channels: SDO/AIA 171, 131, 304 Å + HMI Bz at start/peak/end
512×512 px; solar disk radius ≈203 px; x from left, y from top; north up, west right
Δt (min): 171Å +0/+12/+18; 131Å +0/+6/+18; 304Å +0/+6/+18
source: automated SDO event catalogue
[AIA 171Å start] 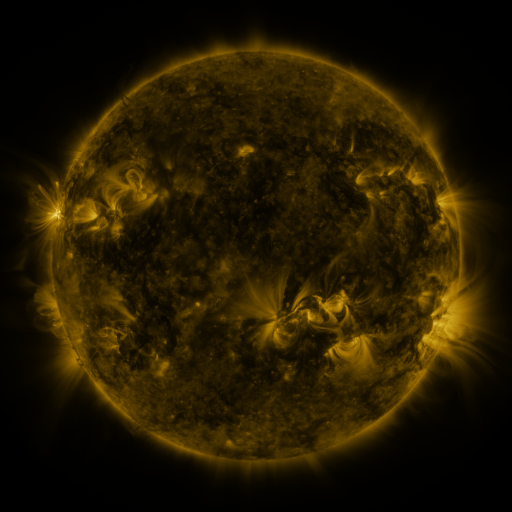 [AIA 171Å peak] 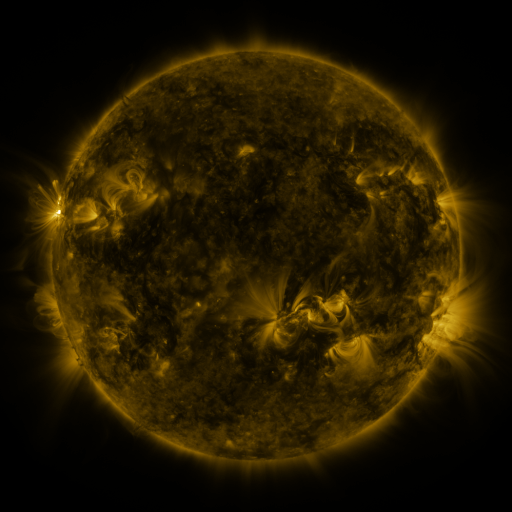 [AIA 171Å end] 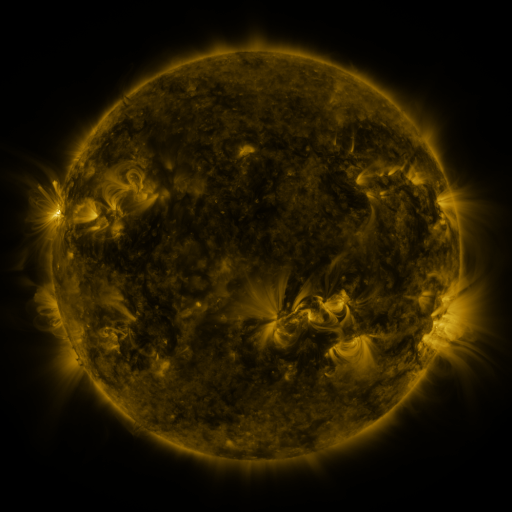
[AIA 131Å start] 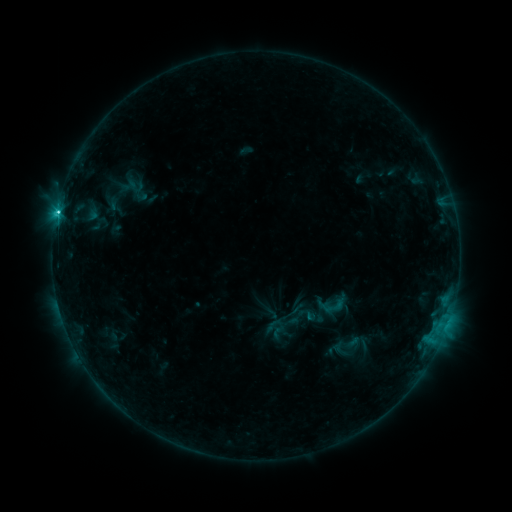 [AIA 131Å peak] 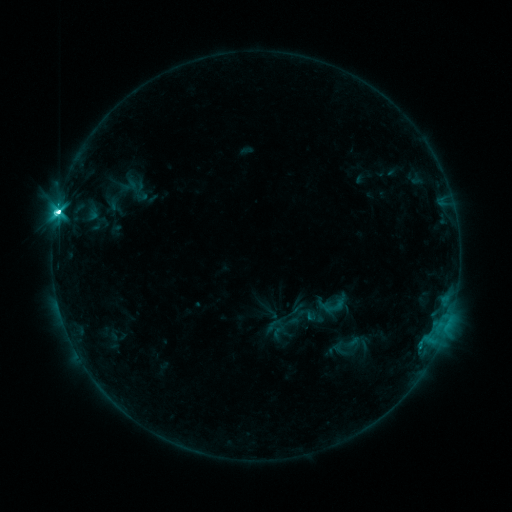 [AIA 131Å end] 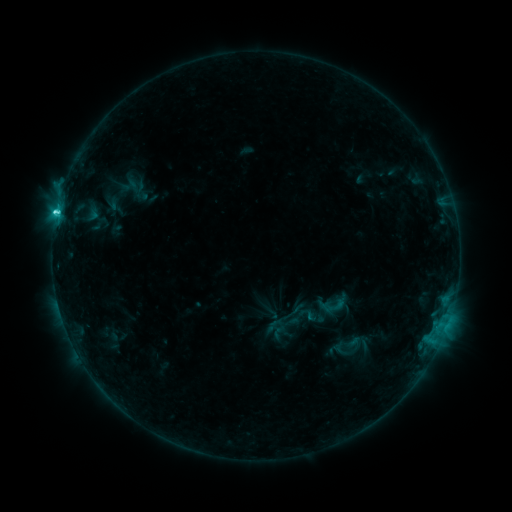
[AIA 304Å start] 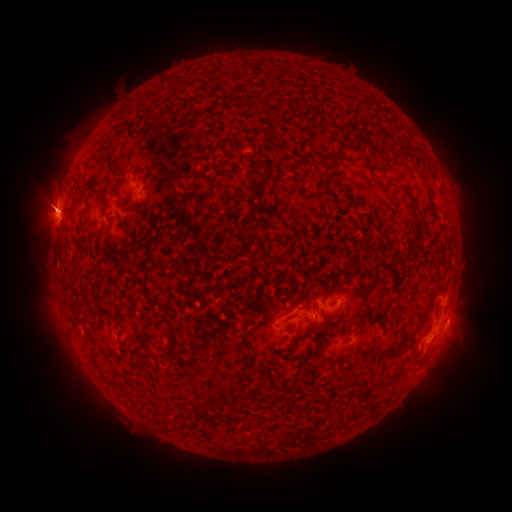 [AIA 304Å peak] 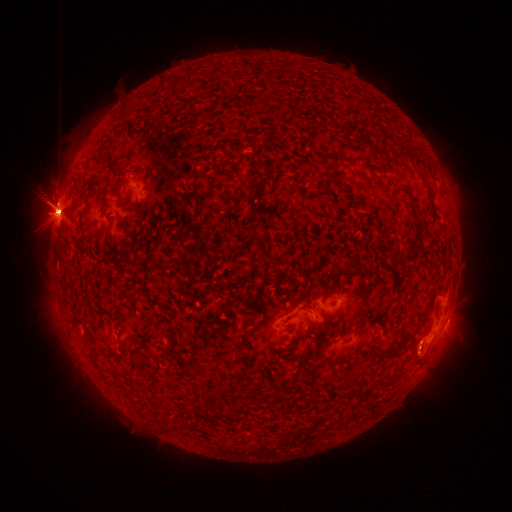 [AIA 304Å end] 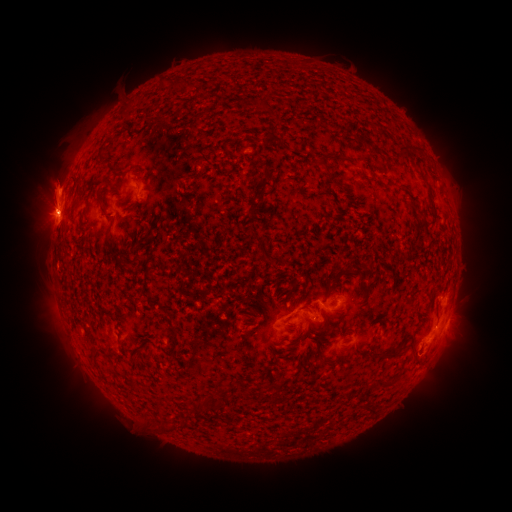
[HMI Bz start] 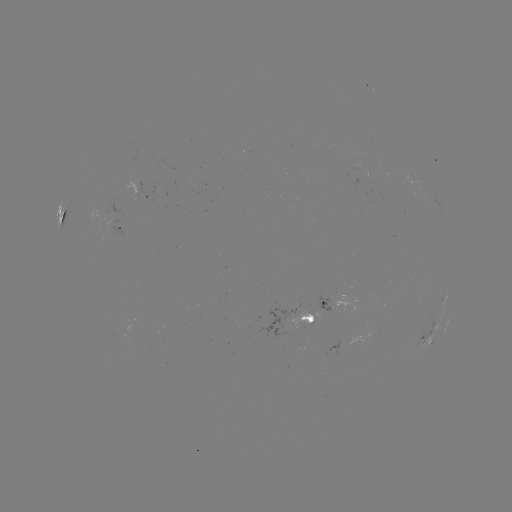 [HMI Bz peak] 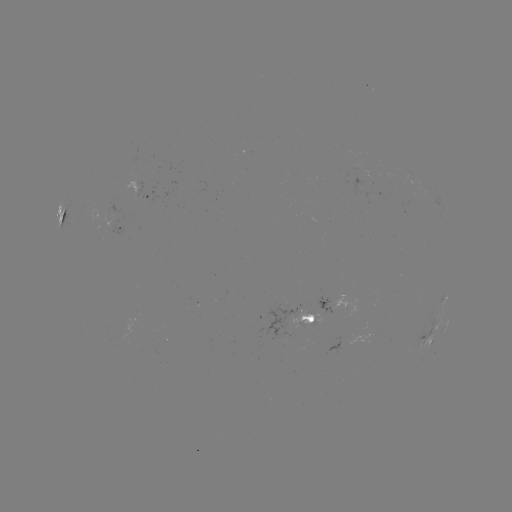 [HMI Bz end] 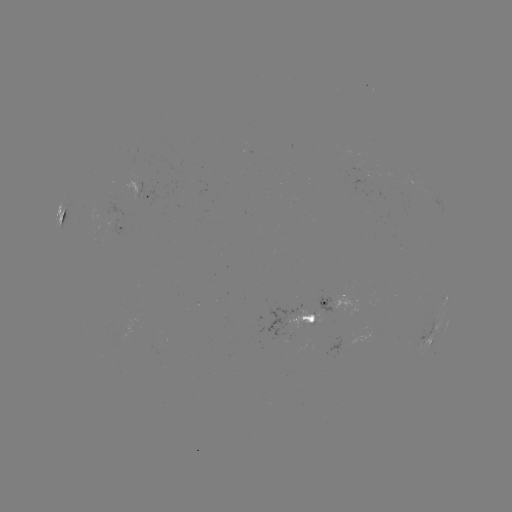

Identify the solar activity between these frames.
eruption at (56, 194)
